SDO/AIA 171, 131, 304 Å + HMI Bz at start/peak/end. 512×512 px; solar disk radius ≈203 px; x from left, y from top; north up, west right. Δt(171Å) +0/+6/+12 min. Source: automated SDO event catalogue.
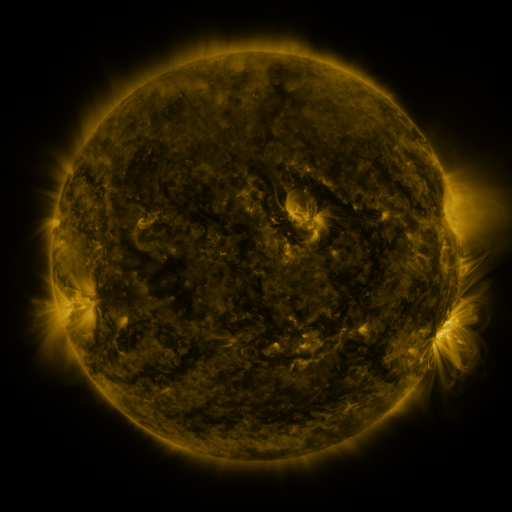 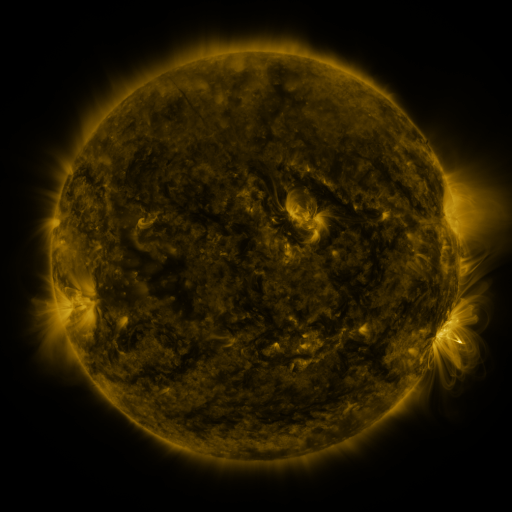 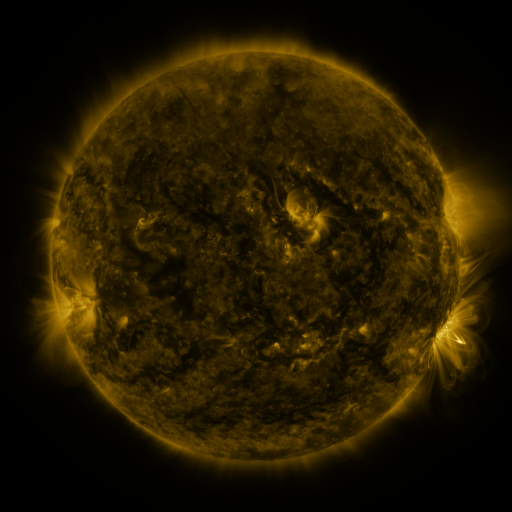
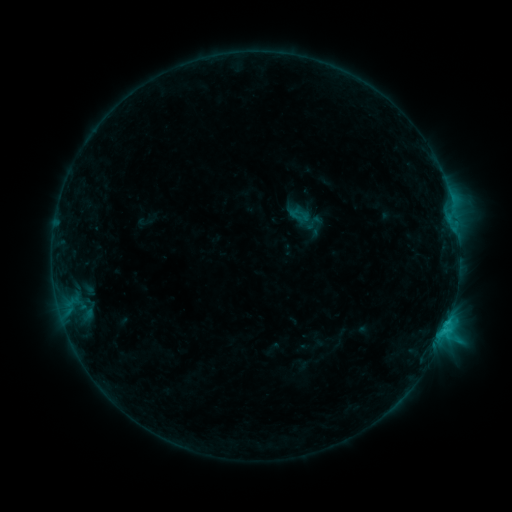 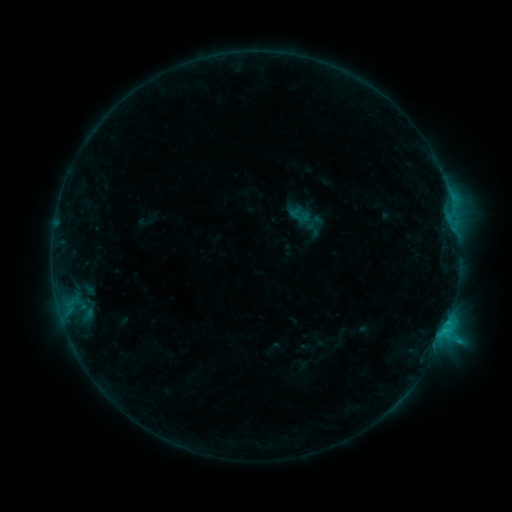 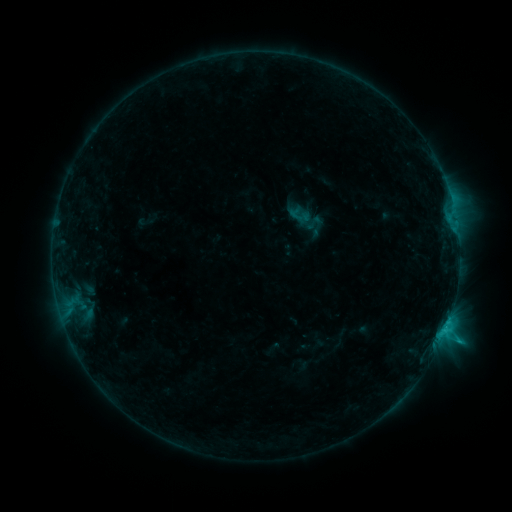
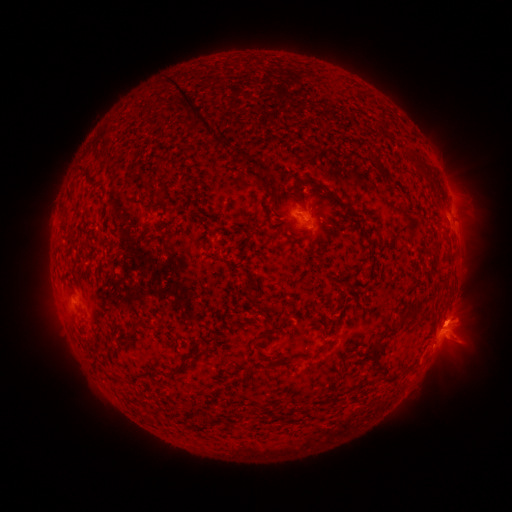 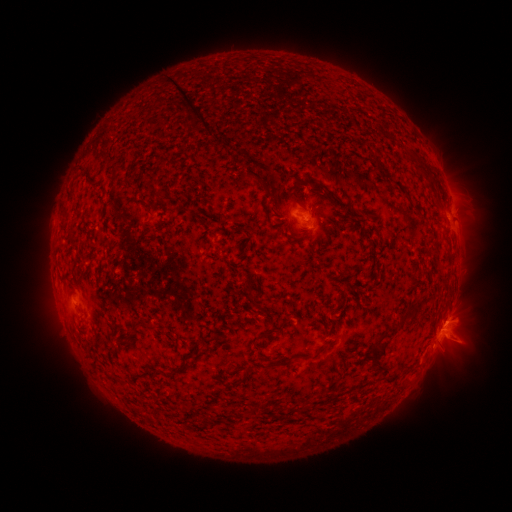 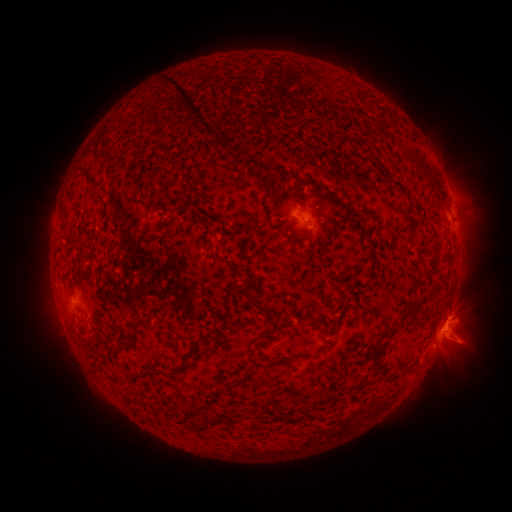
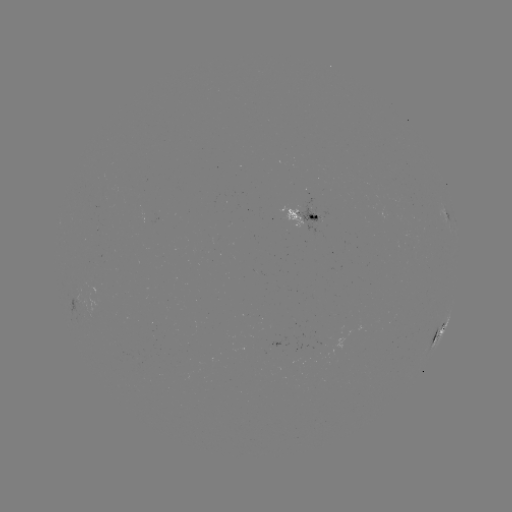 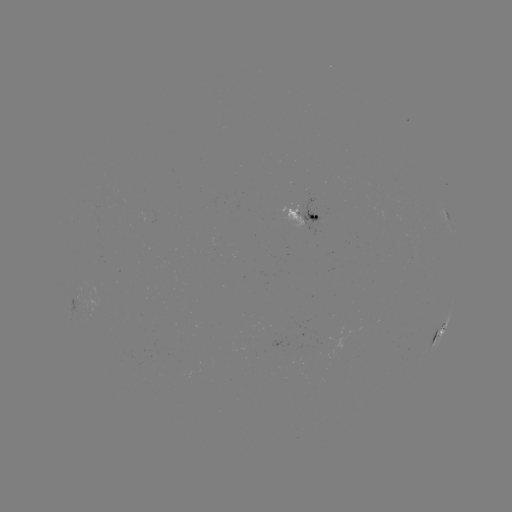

no catalogued flare and no flagged EUV brightening in this window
